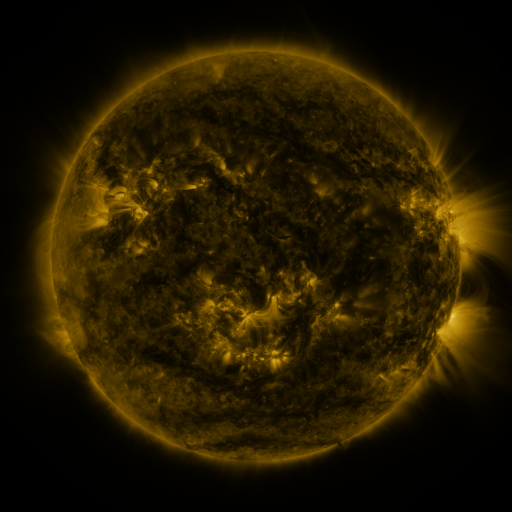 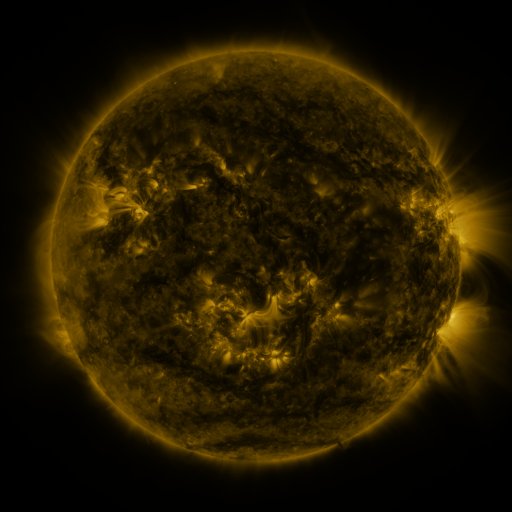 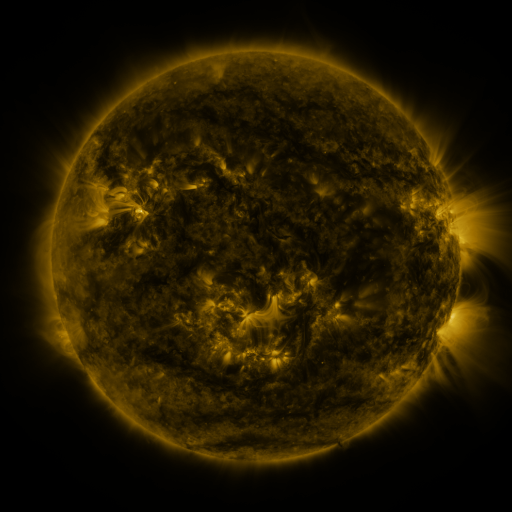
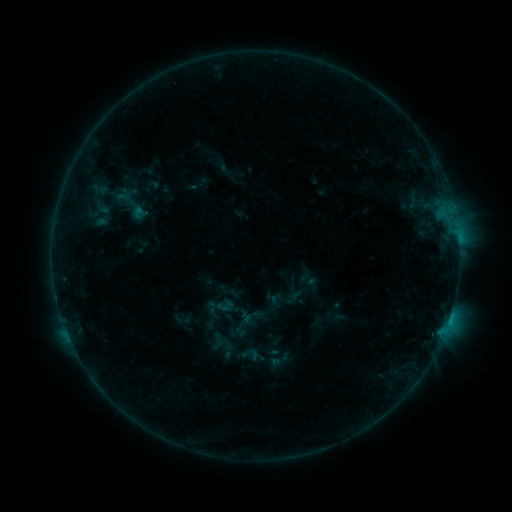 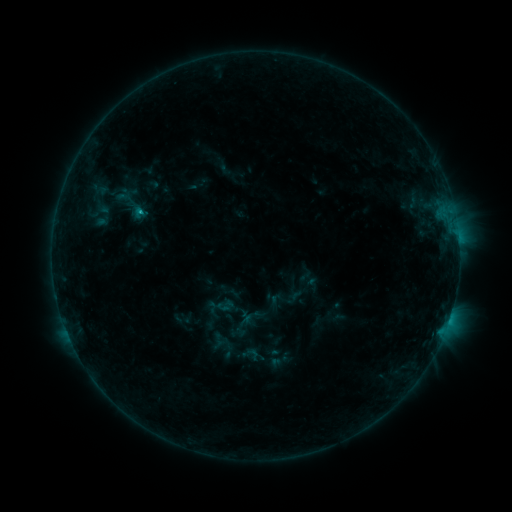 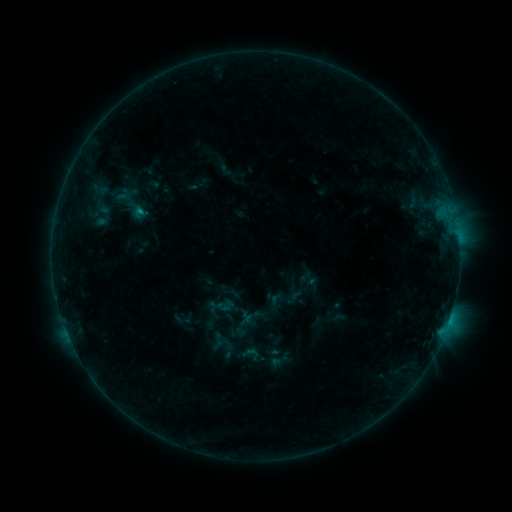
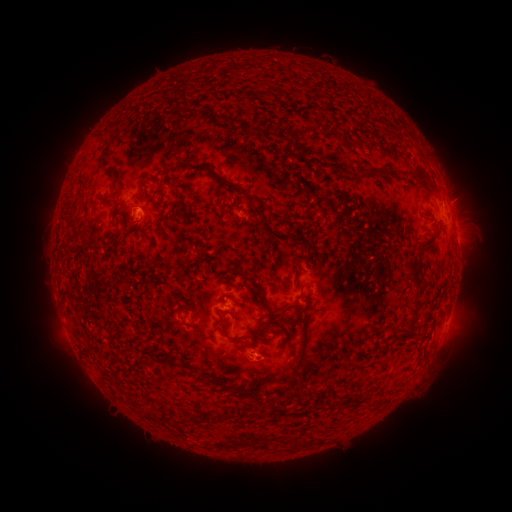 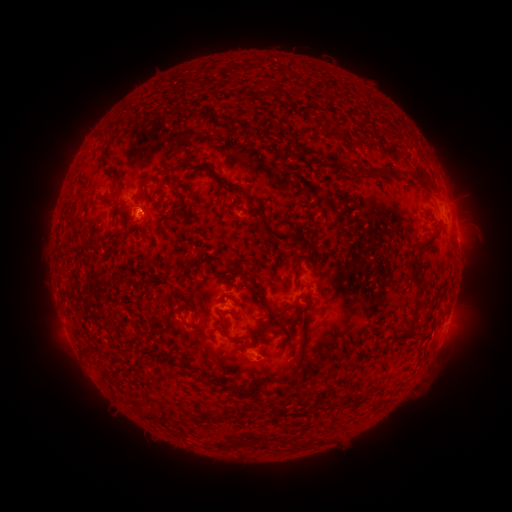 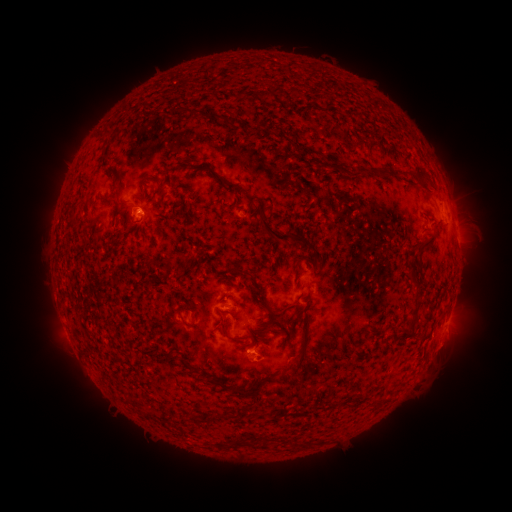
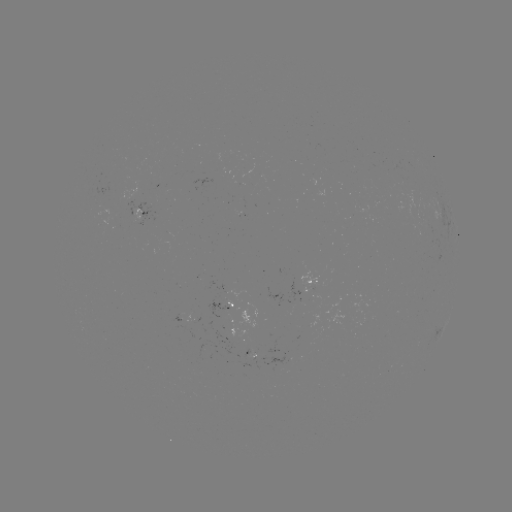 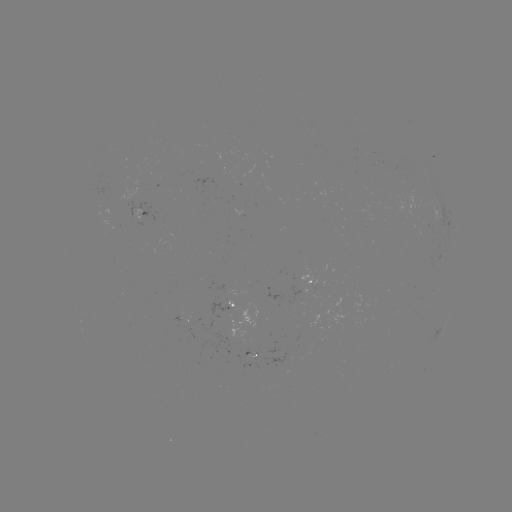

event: flare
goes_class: B5.1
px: (141, 215)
